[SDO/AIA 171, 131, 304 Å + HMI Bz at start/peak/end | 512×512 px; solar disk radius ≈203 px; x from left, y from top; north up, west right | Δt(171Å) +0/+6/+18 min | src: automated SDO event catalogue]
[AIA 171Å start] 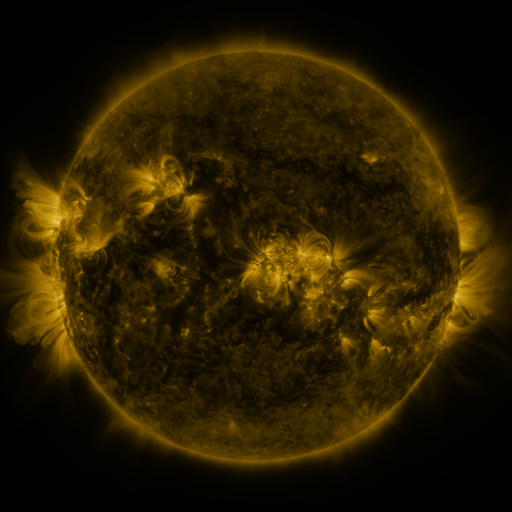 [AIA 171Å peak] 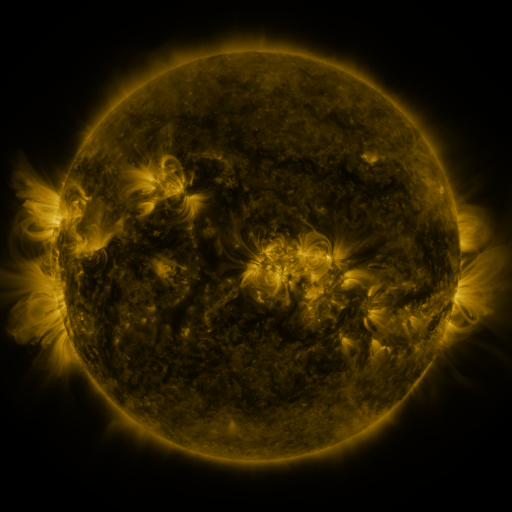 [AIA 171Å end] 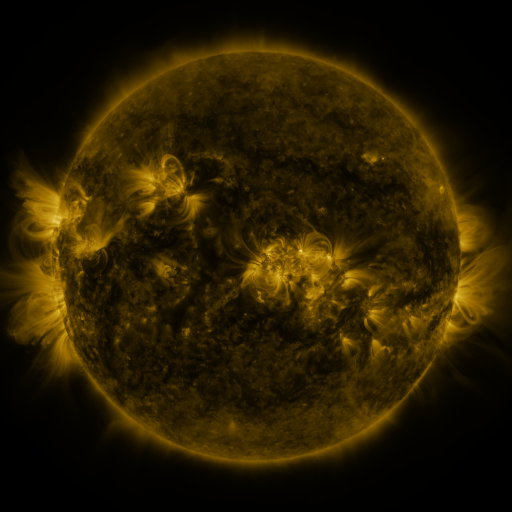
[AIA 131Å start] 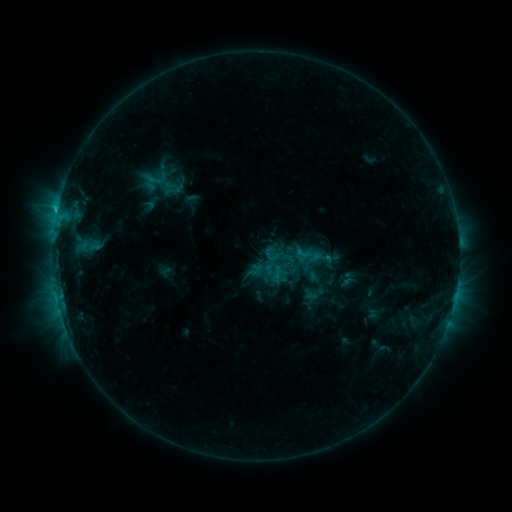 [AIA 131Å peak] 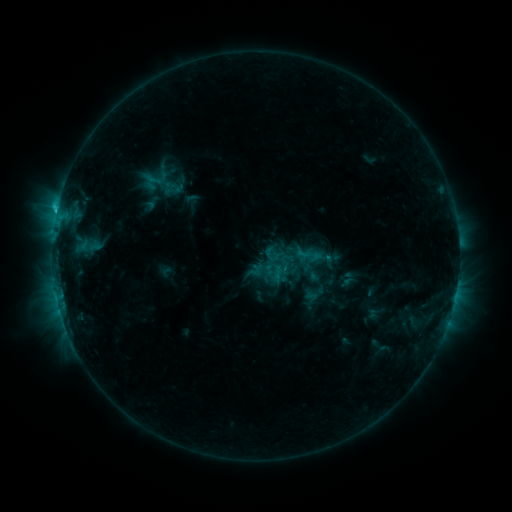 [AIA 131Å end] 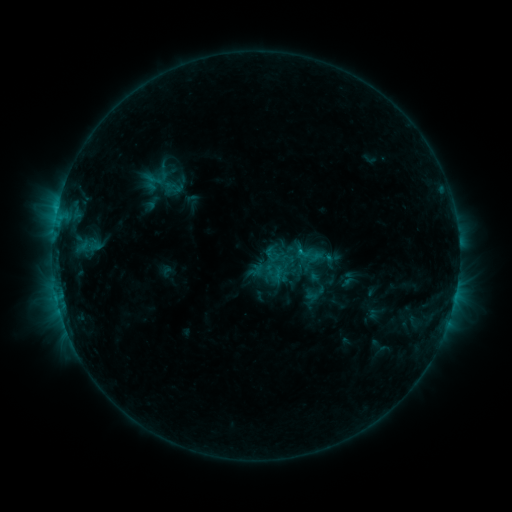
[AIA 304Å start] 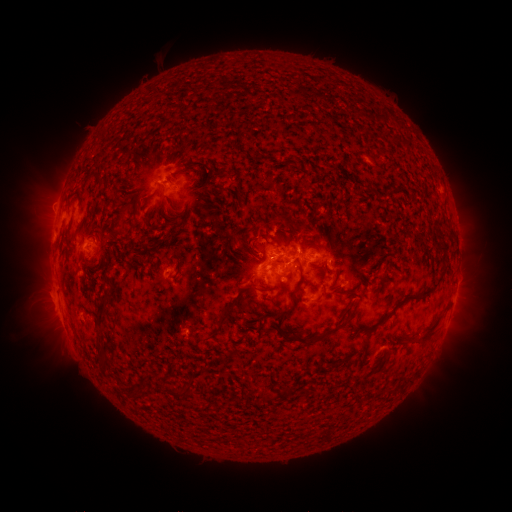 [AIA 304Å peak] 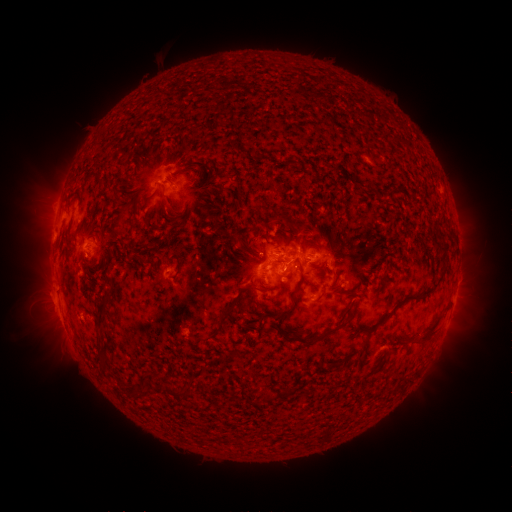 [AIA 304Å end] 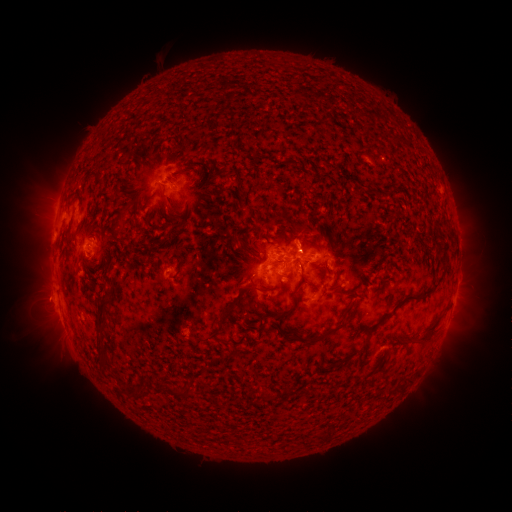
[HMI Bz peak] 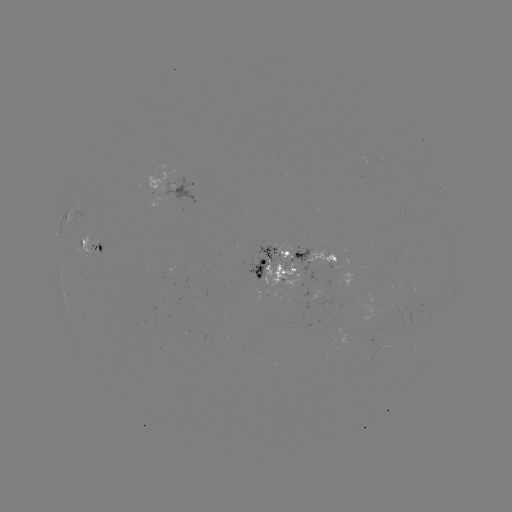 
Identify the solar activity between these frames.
C1.5 flare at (57, 213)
